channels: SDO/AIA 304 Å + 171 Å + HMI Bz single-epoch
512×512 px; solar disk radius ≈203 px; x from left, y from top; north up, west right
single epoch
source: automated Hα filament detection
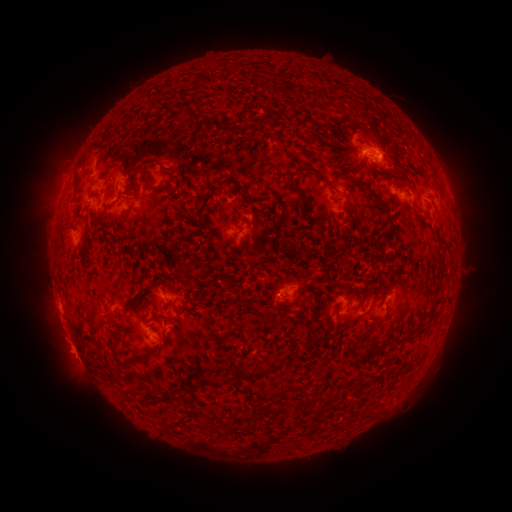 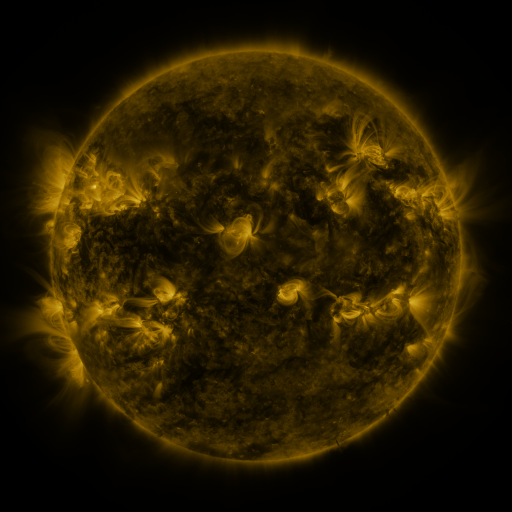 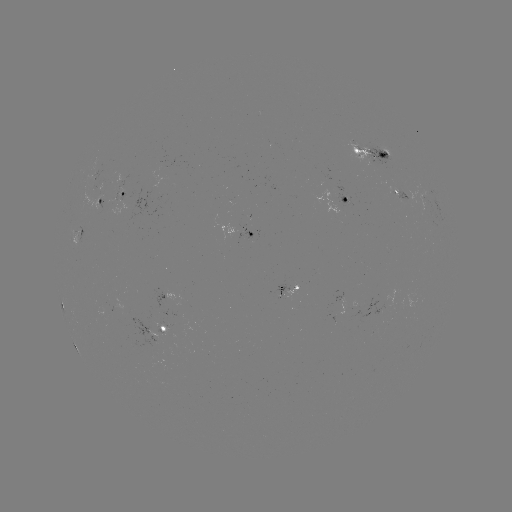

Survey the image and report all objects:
filament: (353, 147, 363, 156)
filament: (140, 164, 150, 182)
filament: (294, 164, 316, 175)
filament: (73, 172, 80, 185)
filament: (291, 179, 305, 199)
filament: (162, 184, 174, 192)
filament: (368, 190, 390, 217)
filament: (434, 236, 449, 248)
filament: (179, 261, 189, 281)
filament: (243, 303, 277, 325)
filament: (355, 331, 369, 342)
filament: (348, 350, 360, 364)
filament: (237, 364, 264, 379)
filament: (195, 375, 220, 387)
filament: (171, 384, 192, 401)
filament: (139, 396, 156, 404)
filament: (308, 396, 316, 404)
